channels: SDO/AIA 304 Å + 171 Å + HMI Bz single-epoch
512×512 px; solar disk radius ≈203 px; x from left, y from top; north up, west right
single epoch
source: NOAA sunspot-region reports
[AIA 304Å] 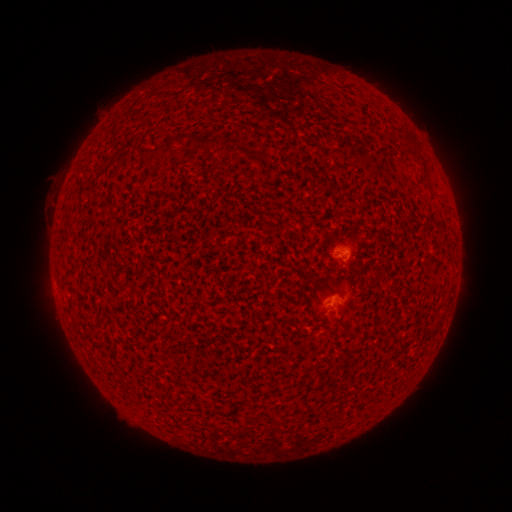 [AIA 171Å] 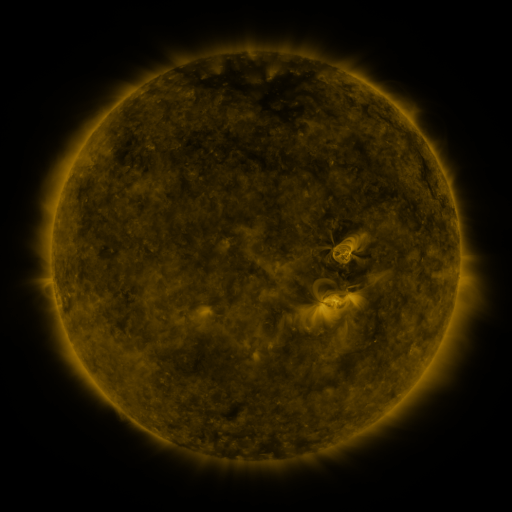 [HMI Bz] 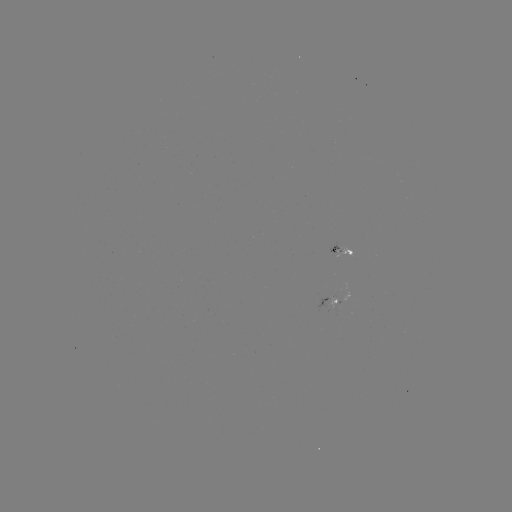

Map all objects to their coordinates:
spotted active region: (338, 250)
spotted active region: (328, 307)
